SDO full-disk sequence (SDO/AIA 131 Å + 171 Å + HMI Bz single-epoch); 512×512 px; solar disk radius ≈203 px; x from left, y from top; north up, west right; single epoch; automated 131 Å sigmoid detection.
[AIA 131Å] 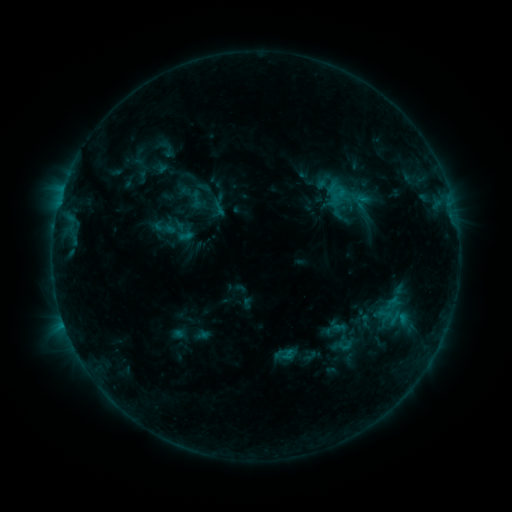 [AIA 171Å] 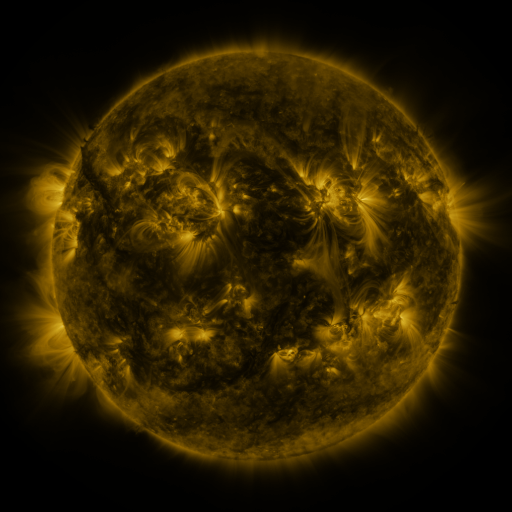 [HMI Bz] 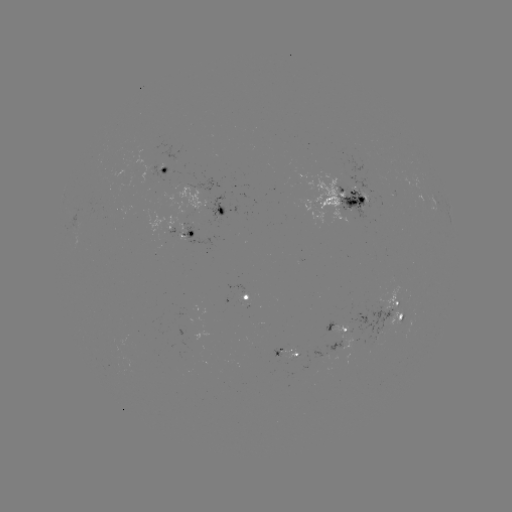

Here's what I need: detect sigmoid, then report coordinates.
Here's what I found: sigmoid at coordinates [163, 227].